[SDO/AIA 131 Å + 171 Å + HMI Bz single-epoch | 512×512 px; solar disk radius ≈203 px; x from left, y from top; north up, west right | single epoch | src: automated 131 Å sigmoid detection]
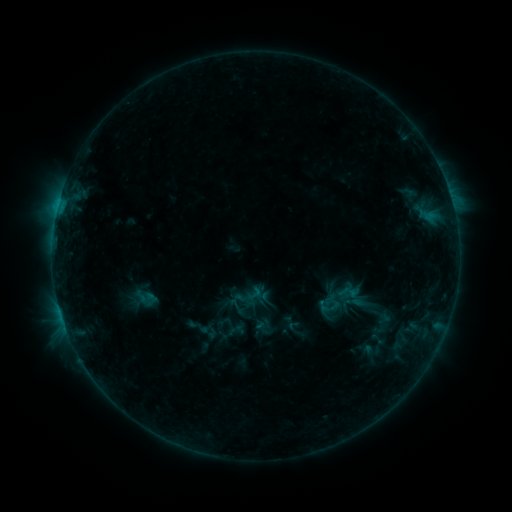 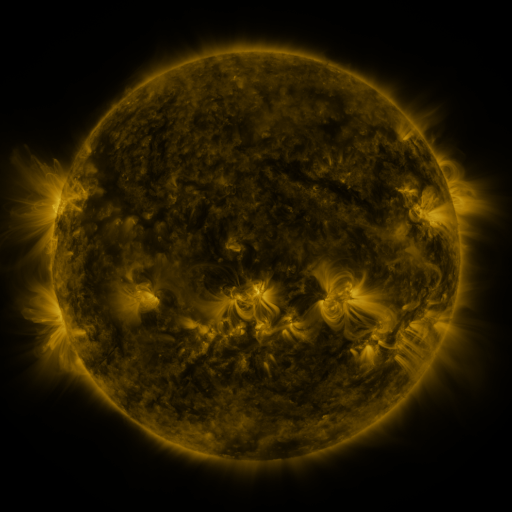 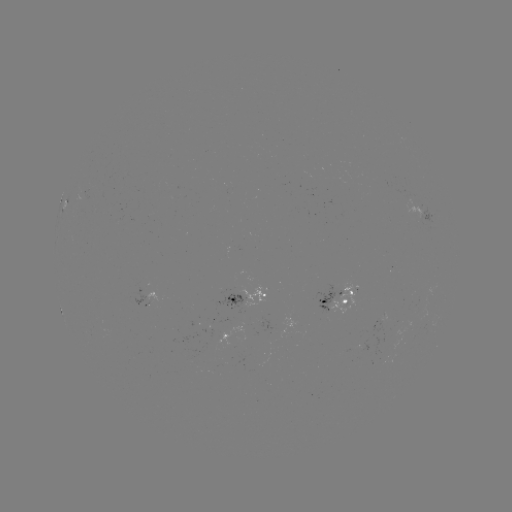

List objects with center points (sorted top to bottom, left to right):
sigmoid: (331, 307)
